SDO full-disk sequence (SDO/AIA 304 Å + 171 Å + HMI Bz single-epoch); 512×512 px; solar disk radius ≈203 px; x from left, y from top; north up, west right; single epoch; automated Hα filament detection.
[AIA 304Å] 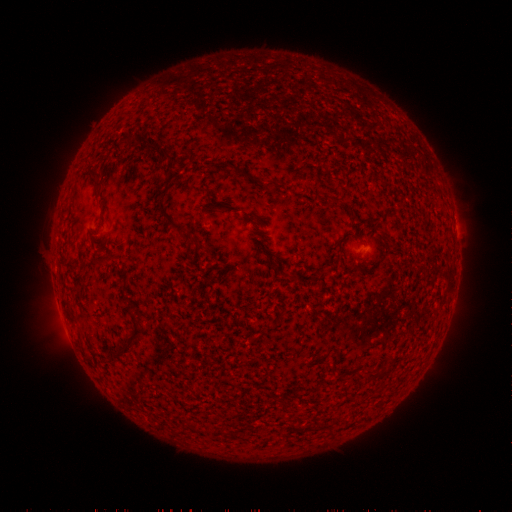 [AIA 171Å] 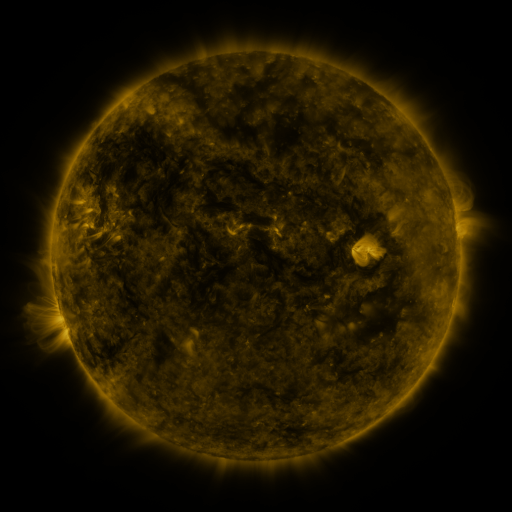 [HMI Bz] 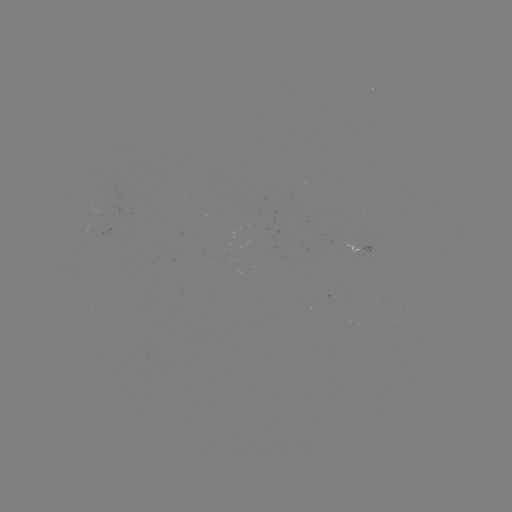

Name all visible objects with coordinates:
filament: [164, 152, 180, 165]
filament: [87, 165, 101, 195]
filament: [158, 171, 185, 231]
filament: [330, 196, 341, 204]
filament: [336, 242, 342, 252]
filament: [132, 305, 140, 314]
filament: [111, 324, 143, 357]
filament: [377, 369, 387, 378]
filament: [353, 370, 376, 380]
